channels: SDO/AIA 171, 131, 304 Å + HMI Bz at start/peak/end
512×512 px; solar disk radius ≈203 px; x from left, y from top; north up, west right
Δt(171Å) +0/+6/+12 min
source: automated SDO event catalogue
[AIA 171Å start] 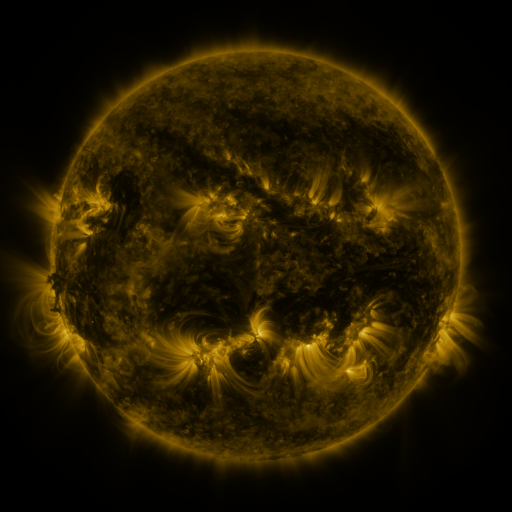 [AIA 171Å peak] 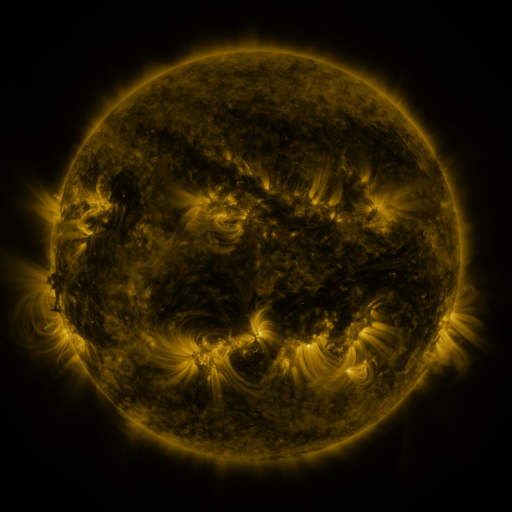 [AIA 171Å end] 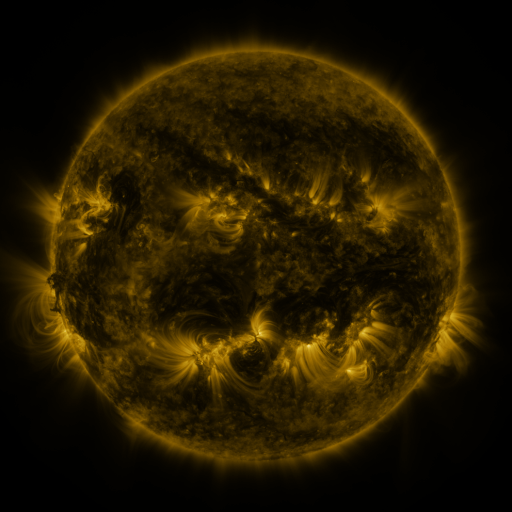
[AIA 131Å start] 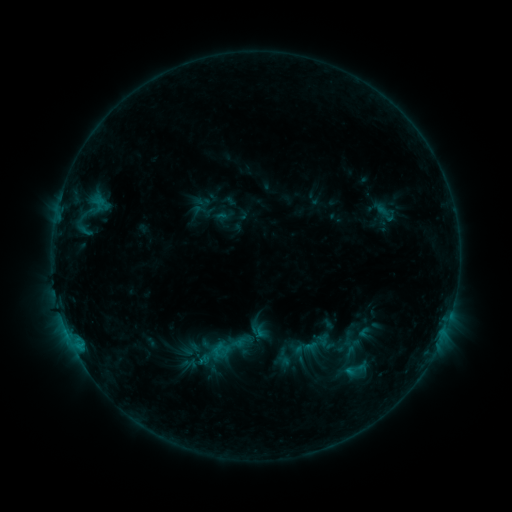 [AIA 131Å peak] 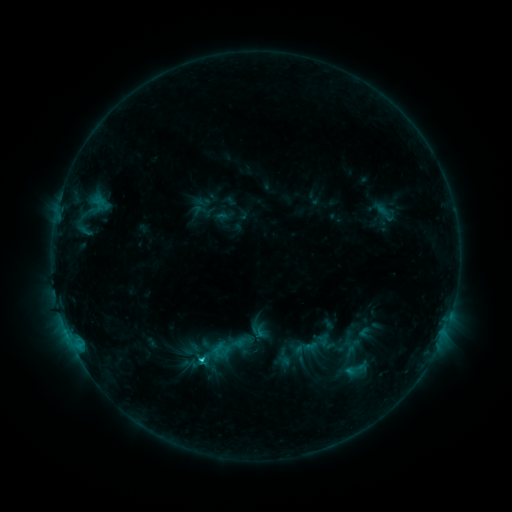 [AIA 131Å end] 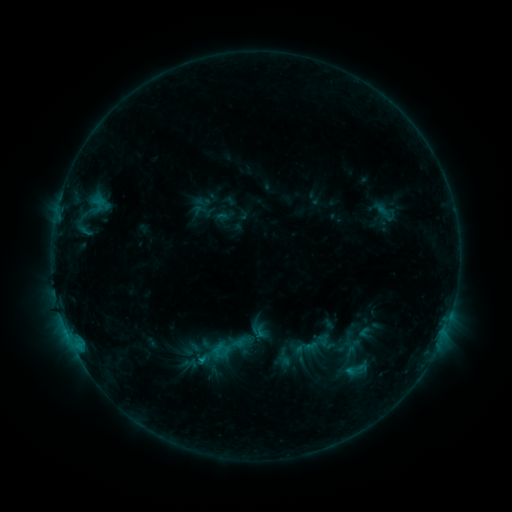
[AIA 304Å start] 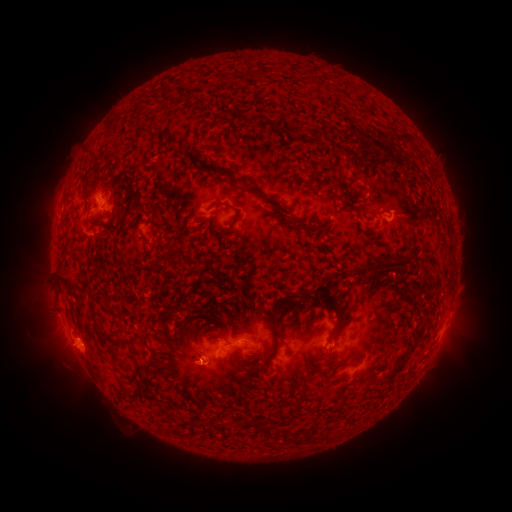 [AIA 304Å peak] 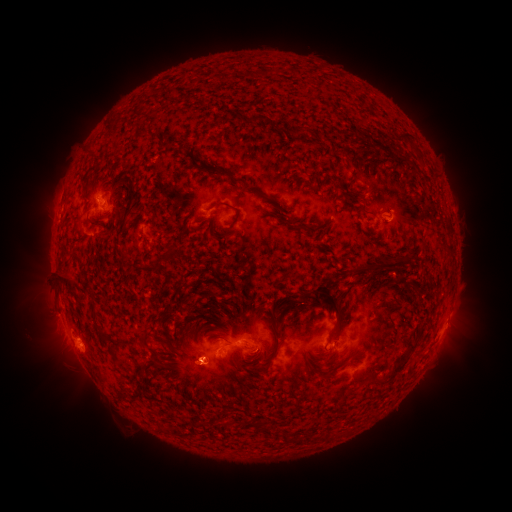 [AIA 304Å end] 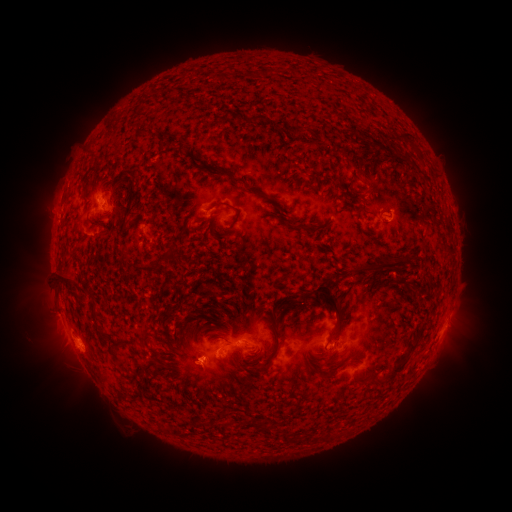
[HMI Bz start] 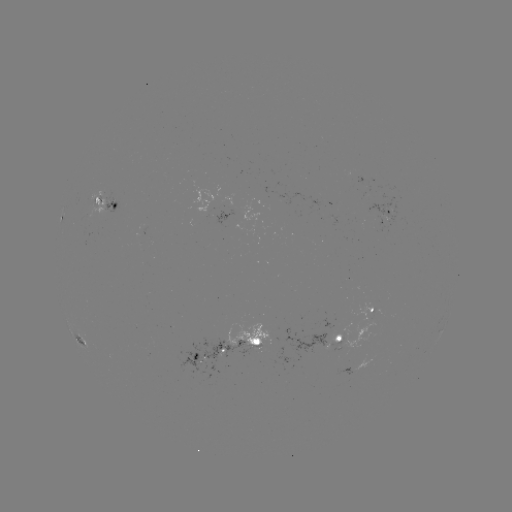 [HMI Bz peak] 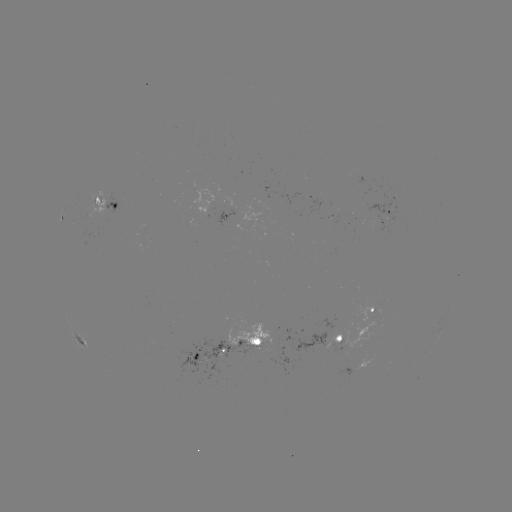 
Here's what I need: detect C1.3 flare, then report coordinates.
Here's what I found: C1.3 flare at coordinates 201,359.